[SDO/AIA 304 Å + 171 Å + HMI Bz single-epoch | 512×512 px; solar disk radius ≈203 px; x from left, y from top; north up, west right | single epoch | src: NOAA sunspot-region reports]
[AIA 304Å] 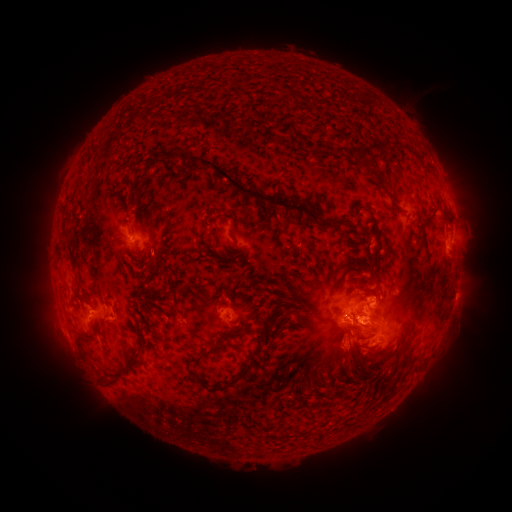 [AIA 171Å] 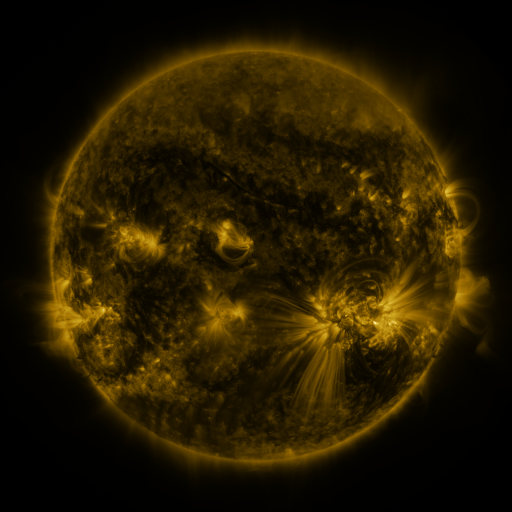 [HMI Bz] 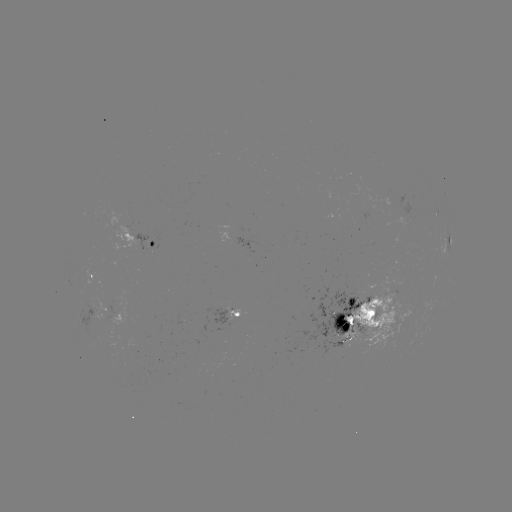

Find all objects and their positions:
spotted active region: (450, 239)
spotted active region: (146, 242)
spotted active region: (93, 280)
spotted active region: (107, 309)
spotted active region: (367, 312)
spotted active region: (238, 315)
